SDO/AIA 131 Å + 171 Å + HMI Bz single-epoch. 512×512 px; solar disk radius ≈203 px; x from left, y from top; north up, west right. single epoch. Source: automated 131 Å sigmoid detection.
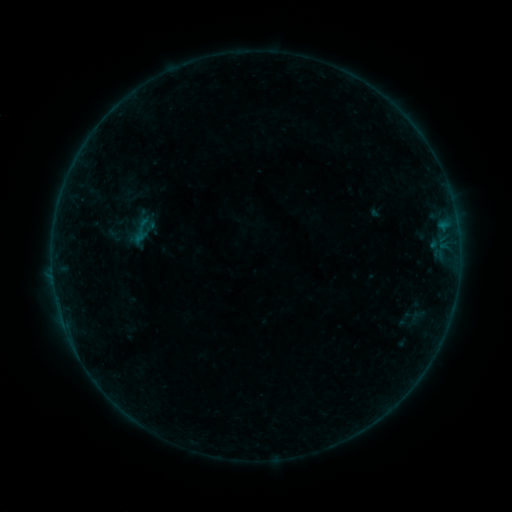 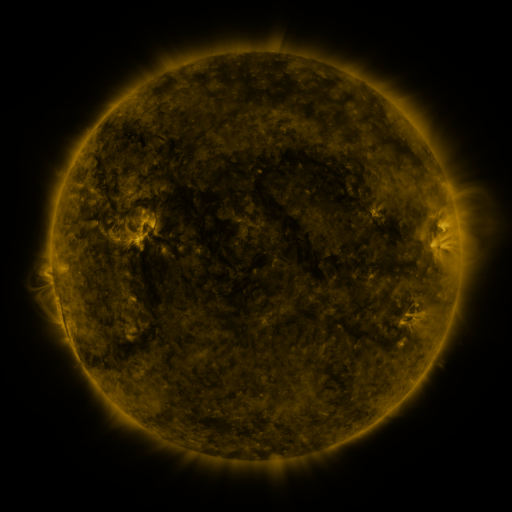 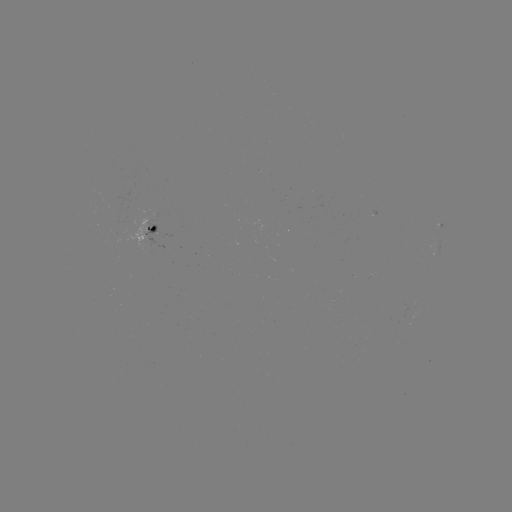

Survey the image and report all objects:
sigmoid: (125, 214, 158, 248)
